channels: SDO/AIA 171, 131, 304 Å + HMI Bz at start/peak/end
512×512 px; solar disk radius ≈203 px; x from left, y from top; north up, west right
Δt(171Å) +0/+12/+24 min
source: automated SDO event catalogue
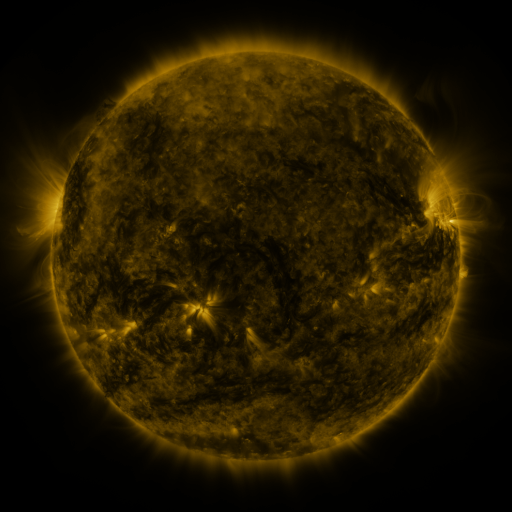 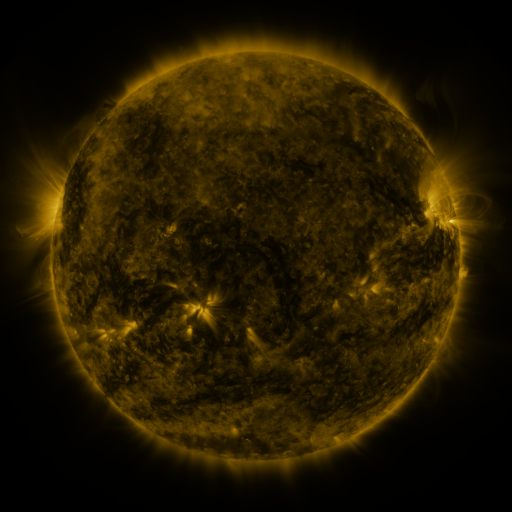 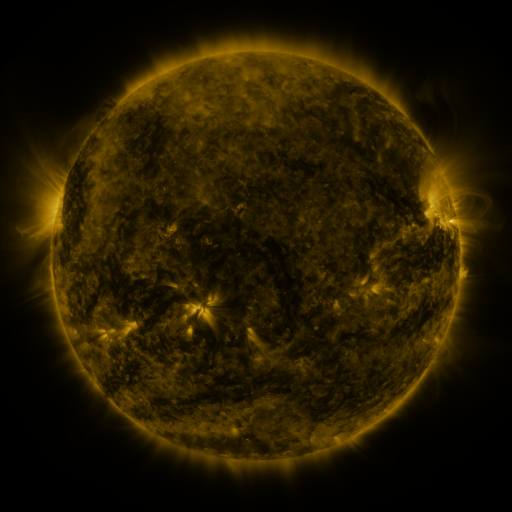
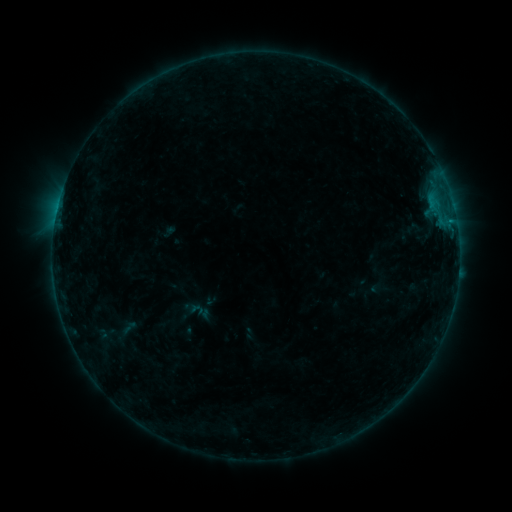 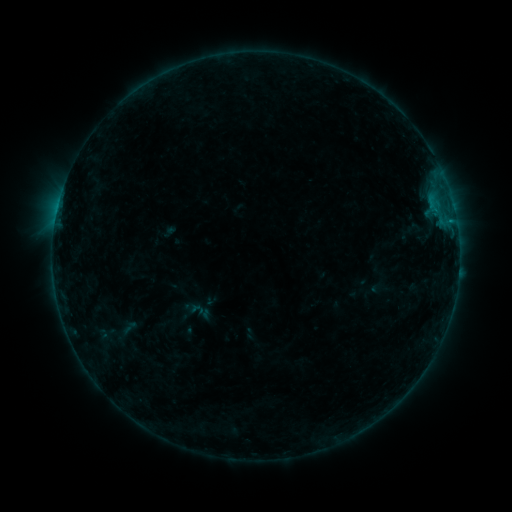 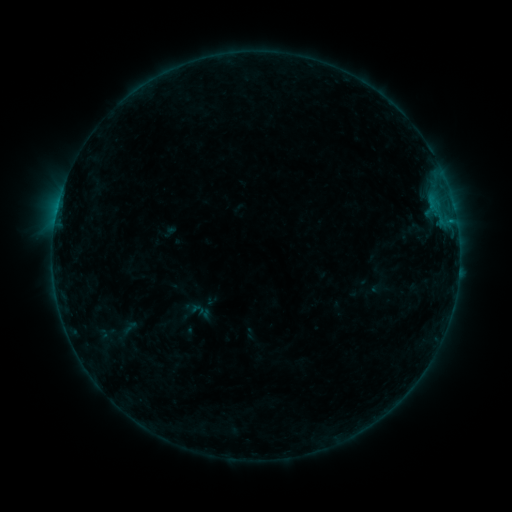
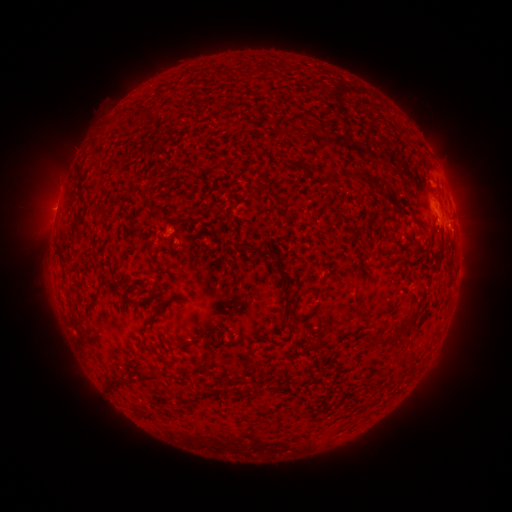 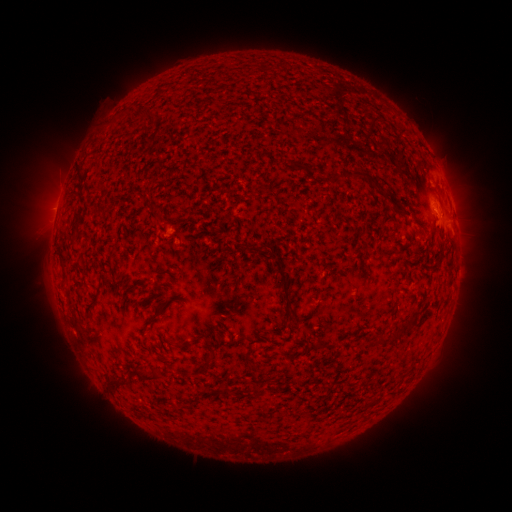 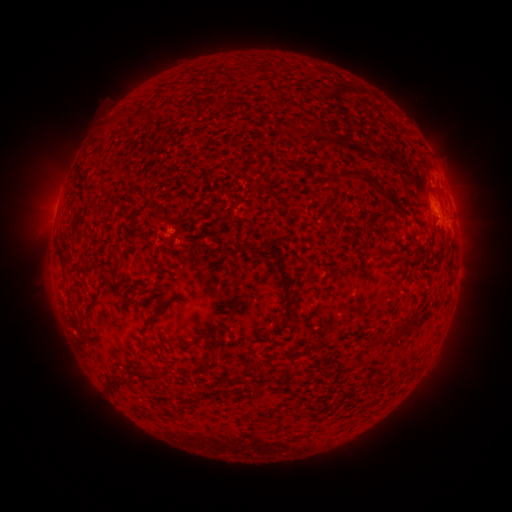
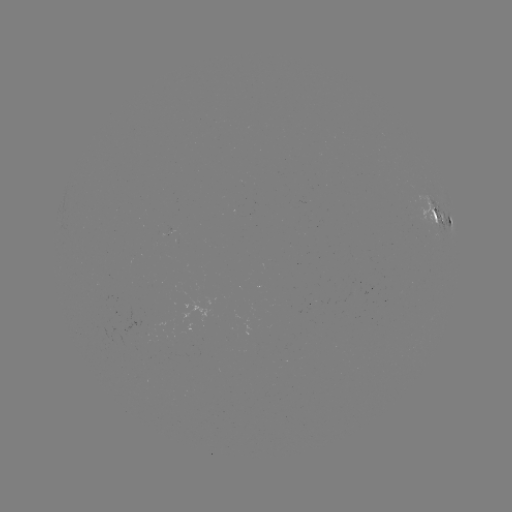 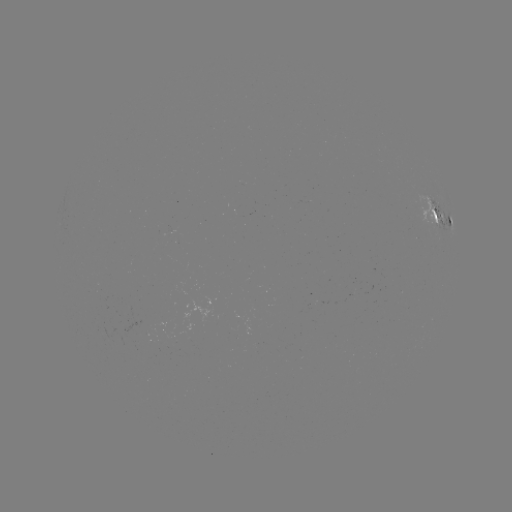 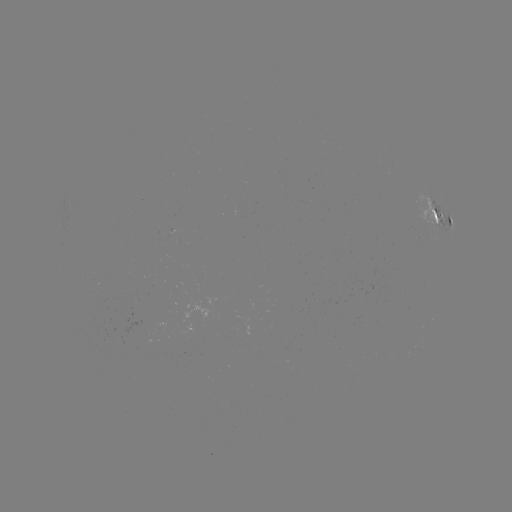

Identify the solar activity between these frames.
nothing was catalogued: no classed flare, no EUV trigger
